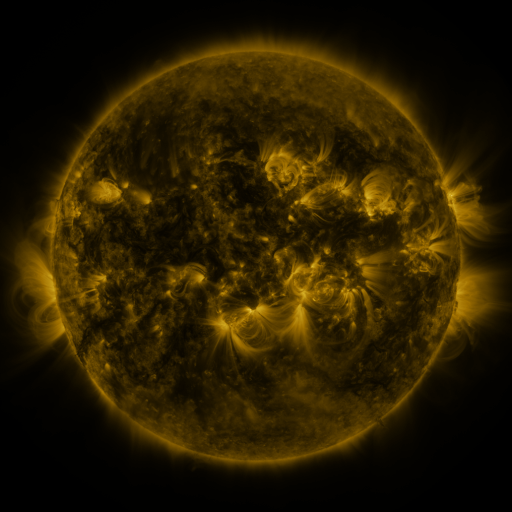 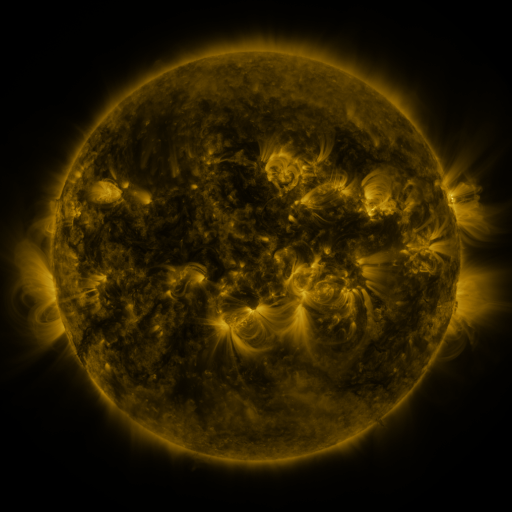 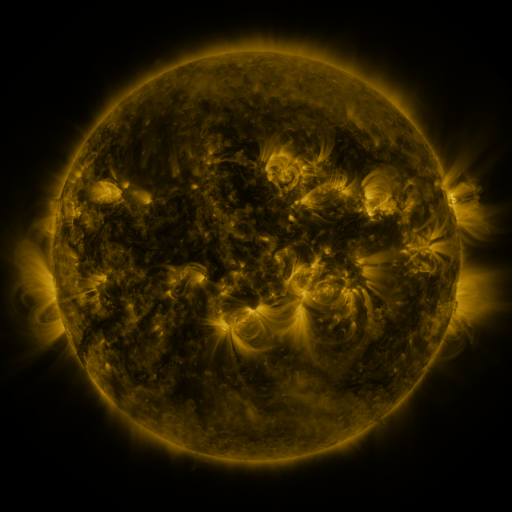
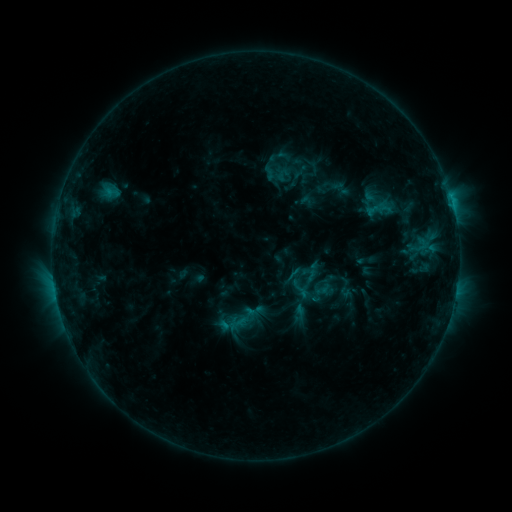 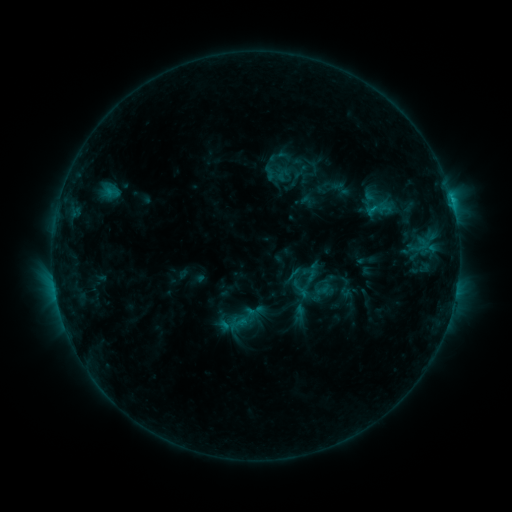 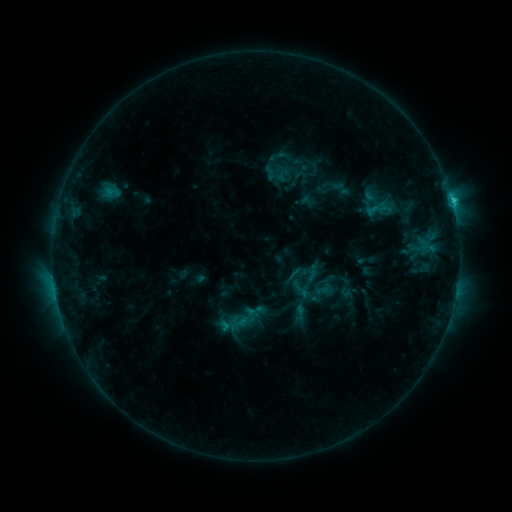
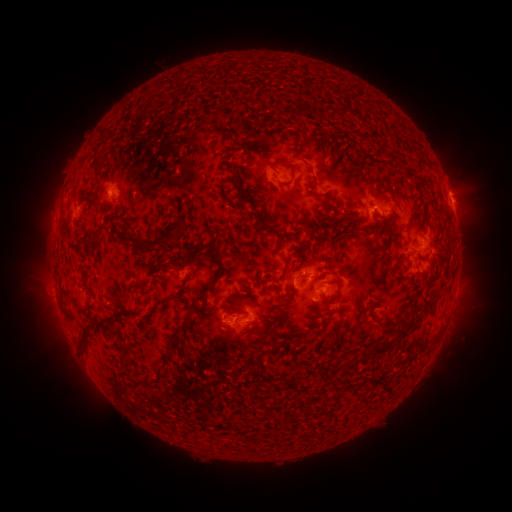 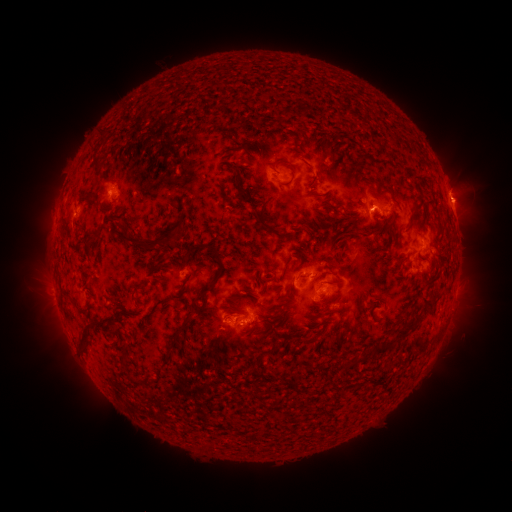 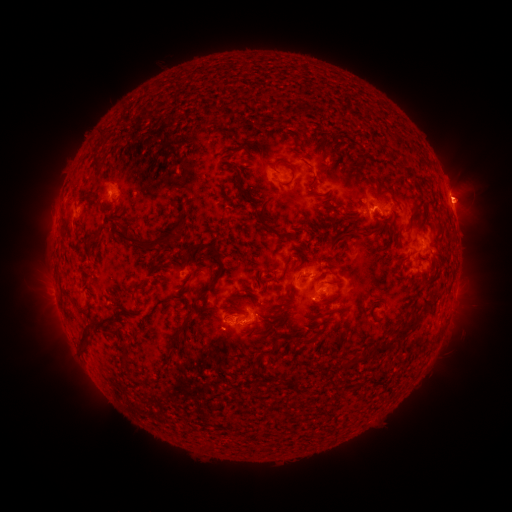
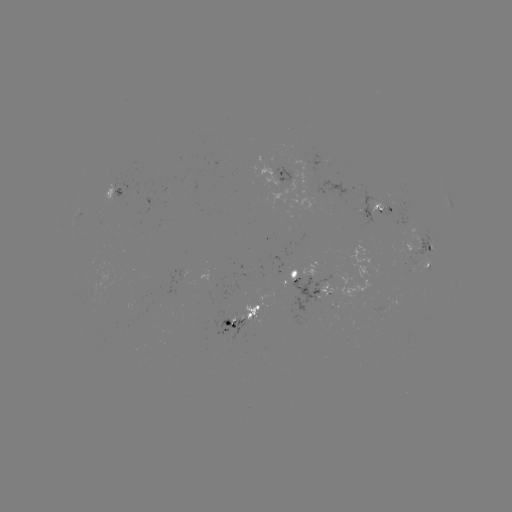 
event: eruption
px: (465, 202)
